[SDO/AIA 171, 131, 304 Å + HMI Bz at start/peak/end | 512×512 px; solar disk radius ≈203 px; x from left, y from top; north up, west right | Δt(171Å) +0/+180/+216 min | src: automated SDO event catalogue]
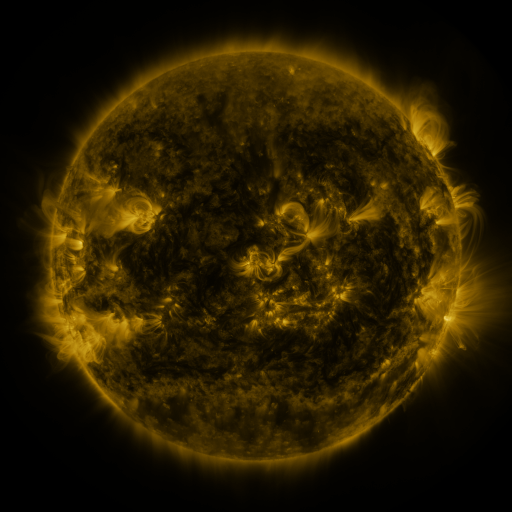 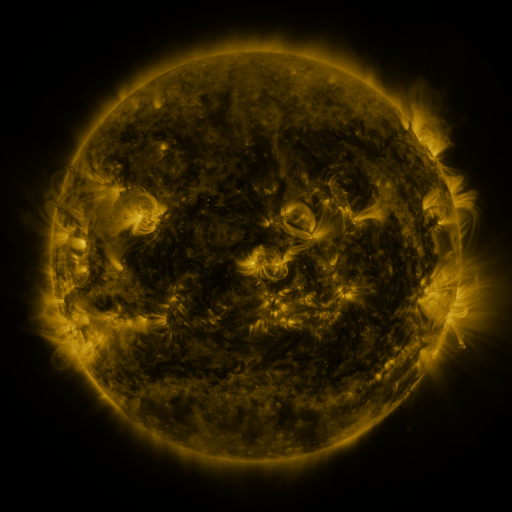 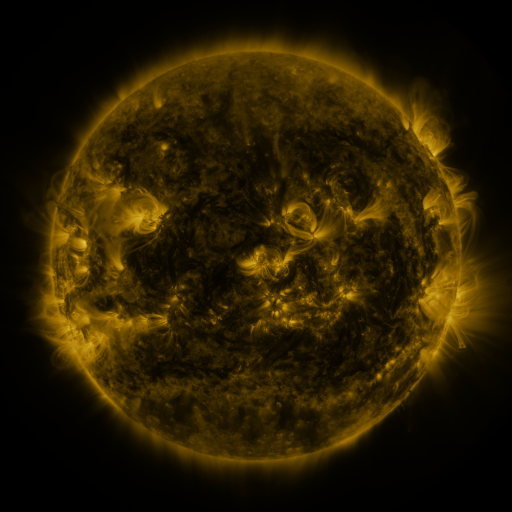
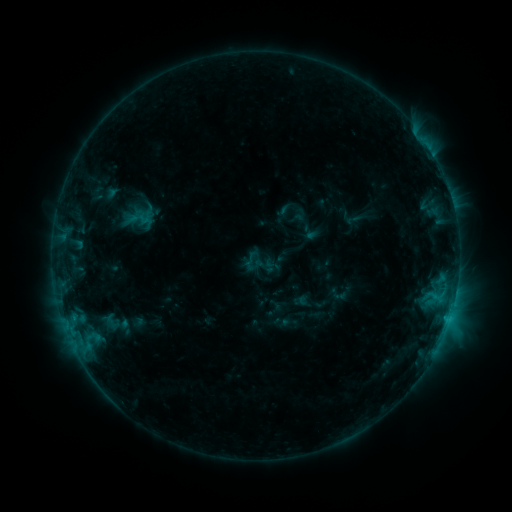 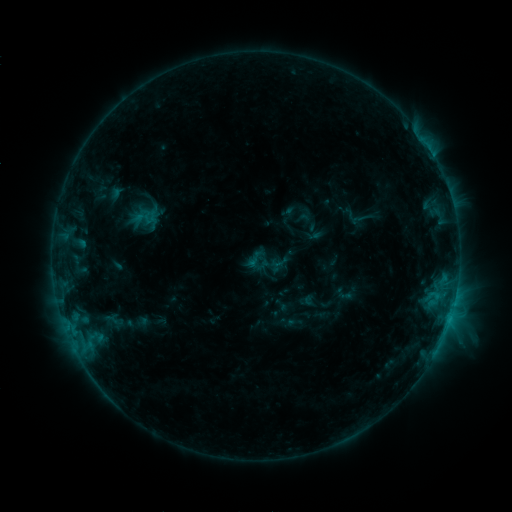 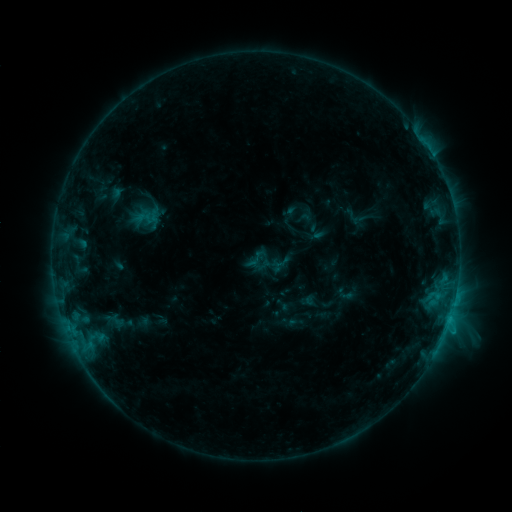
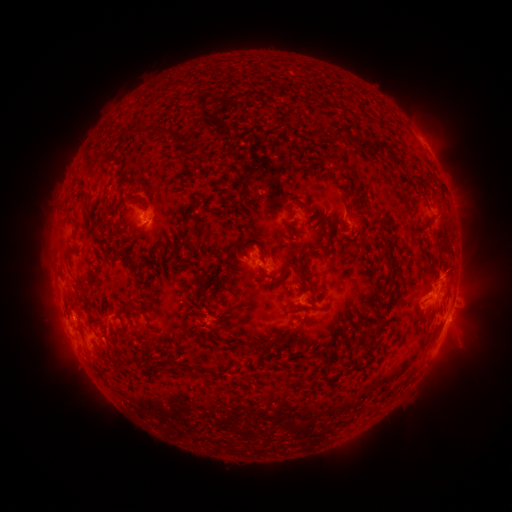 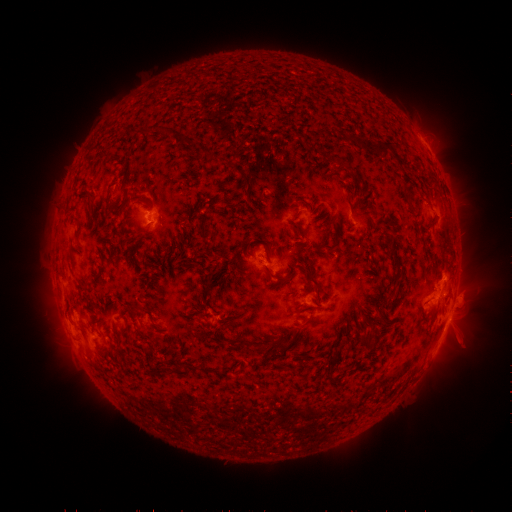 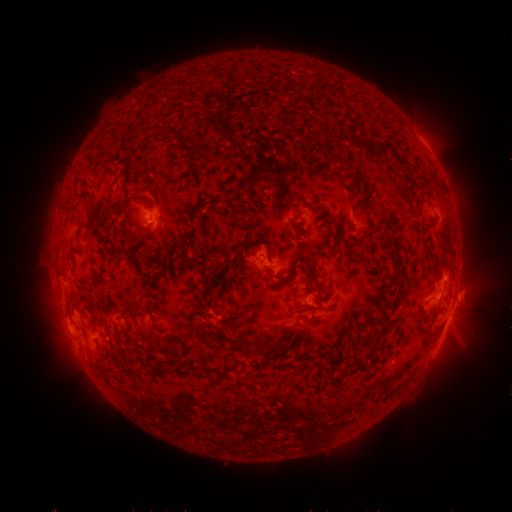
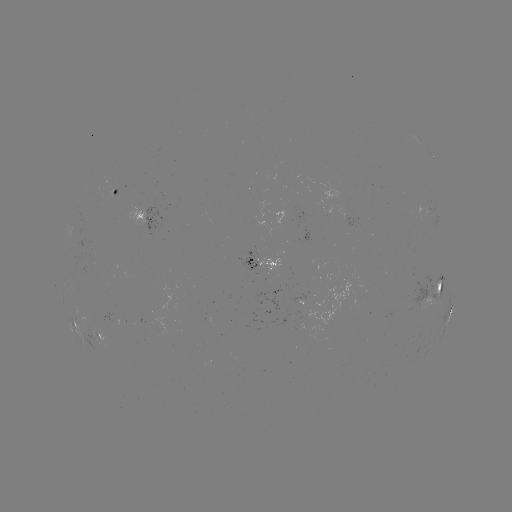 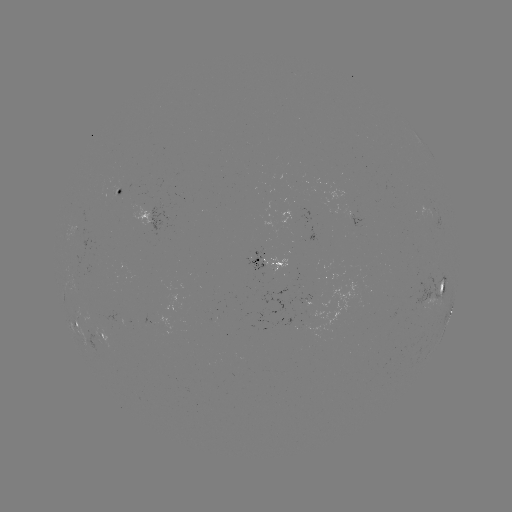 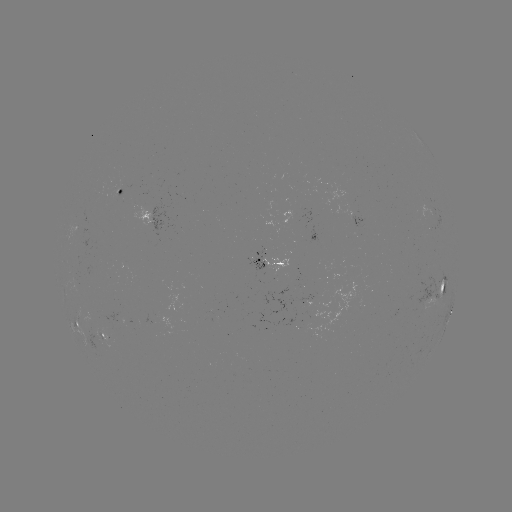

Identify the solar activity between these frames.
emerging-flux region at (115, 191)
